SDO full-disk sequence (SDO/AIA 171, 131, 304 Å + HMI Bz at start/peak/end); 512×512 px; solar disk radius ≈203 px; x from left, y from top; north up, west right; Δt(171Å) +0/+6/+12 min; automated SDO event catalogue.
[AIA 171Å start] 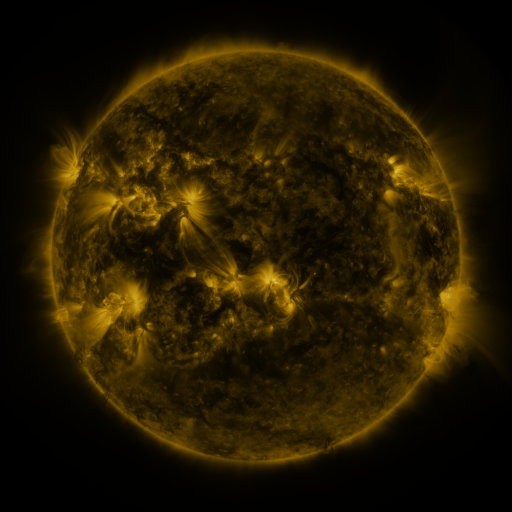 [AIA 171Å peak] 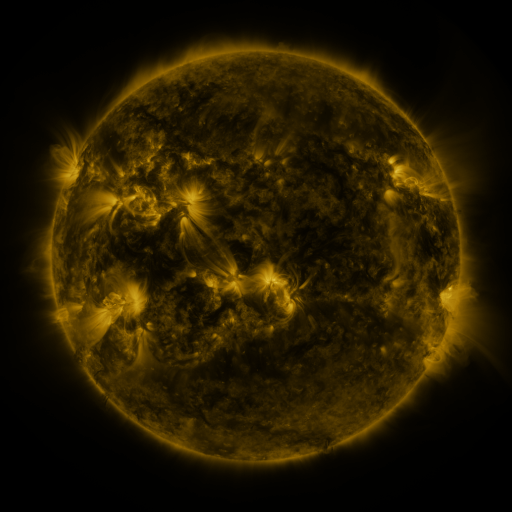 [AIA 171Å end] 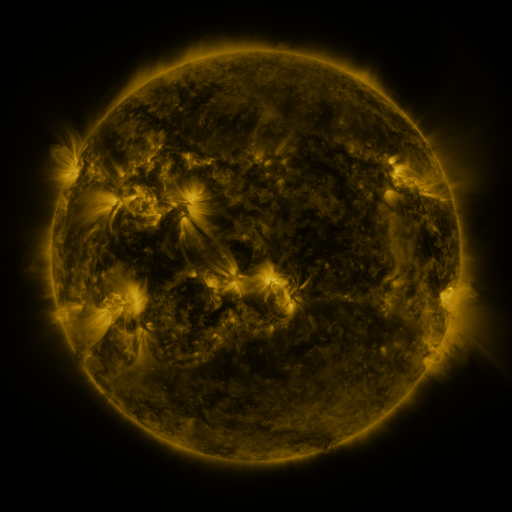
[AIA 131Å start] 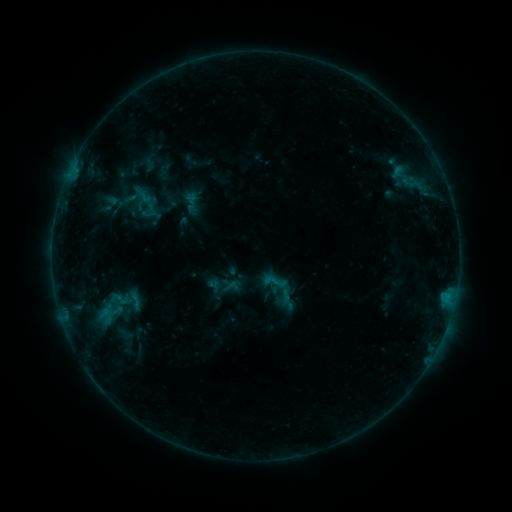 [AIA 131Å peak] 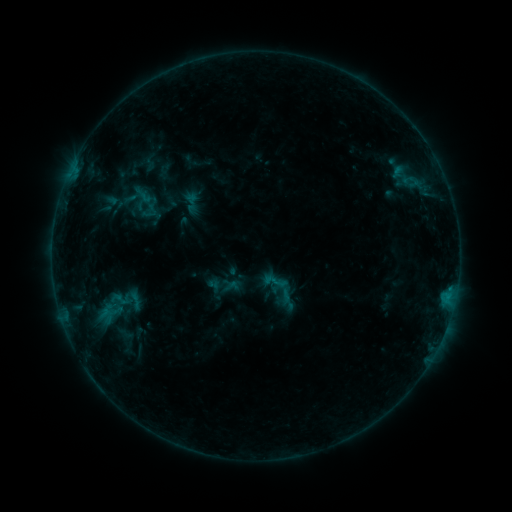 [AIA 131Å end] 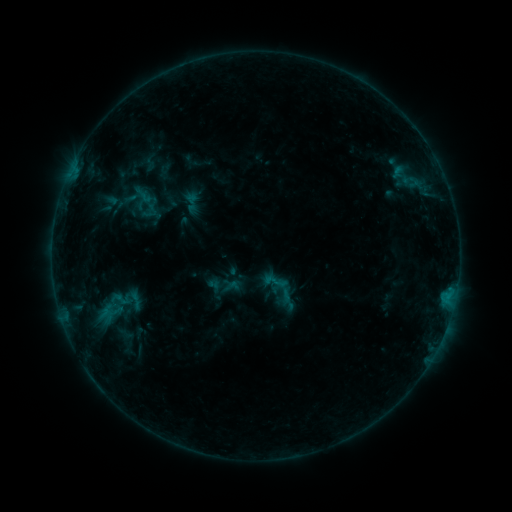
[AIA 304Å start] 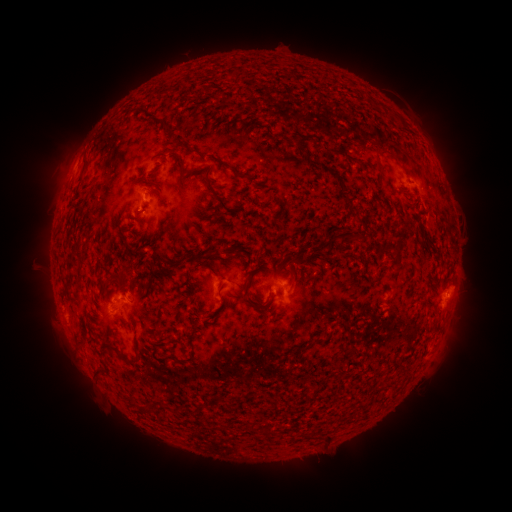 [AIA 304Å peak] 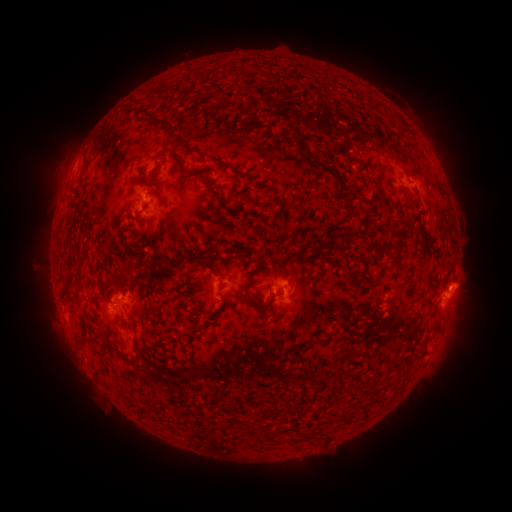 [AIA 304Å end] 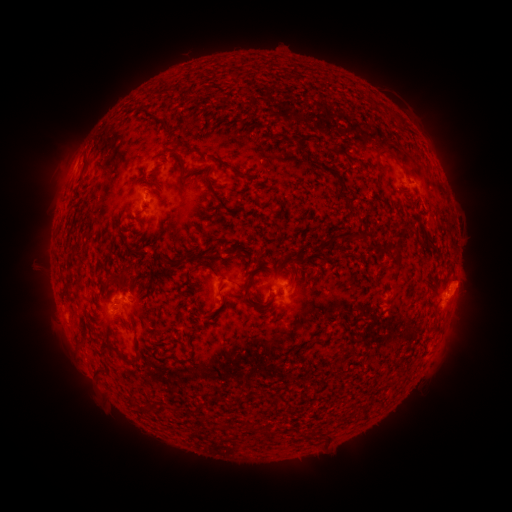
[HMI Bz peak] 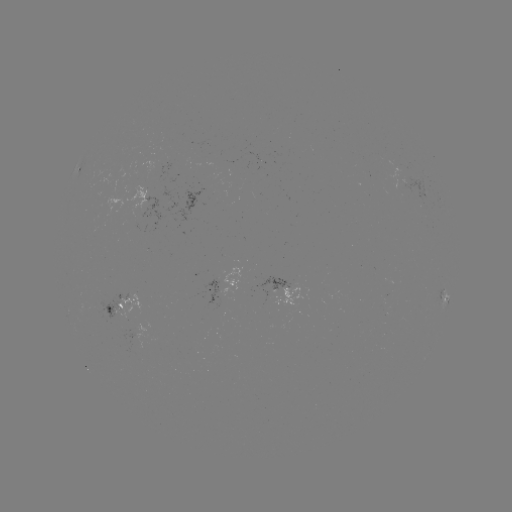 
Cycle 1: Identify eruption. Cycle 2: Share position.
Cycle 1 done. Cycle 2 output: [465, 283].